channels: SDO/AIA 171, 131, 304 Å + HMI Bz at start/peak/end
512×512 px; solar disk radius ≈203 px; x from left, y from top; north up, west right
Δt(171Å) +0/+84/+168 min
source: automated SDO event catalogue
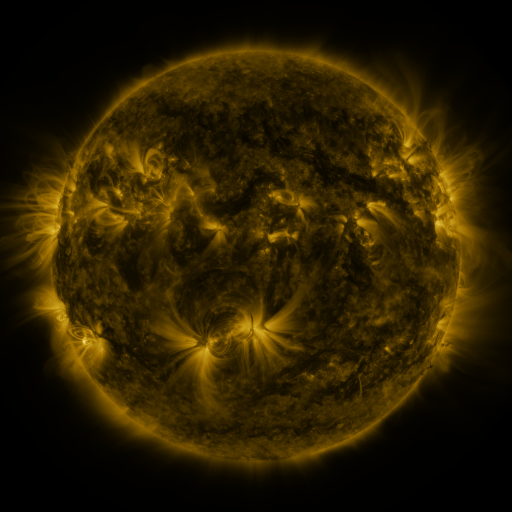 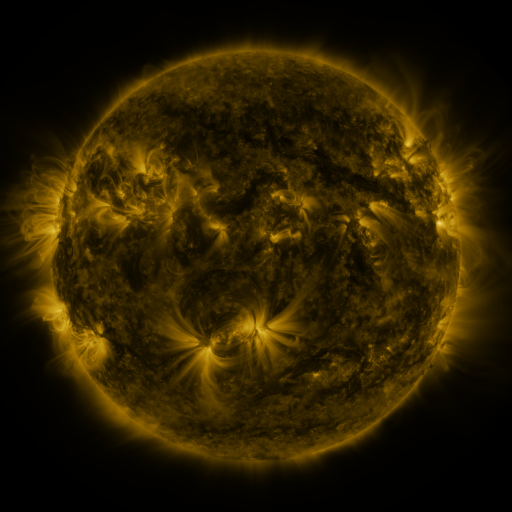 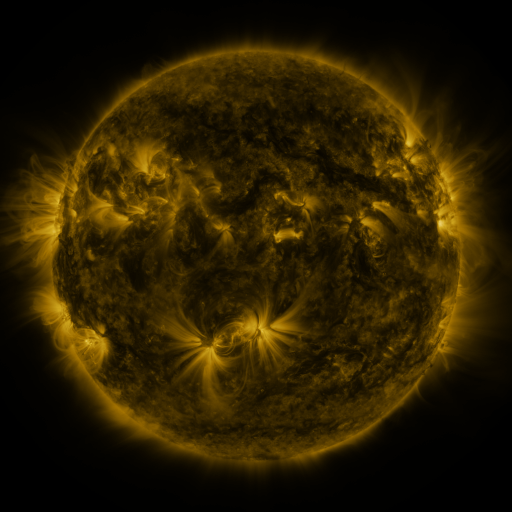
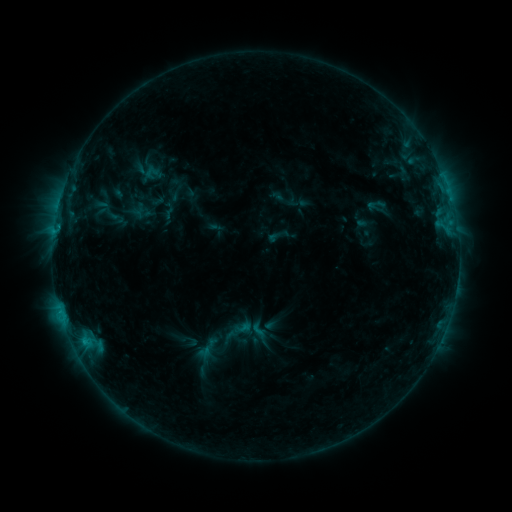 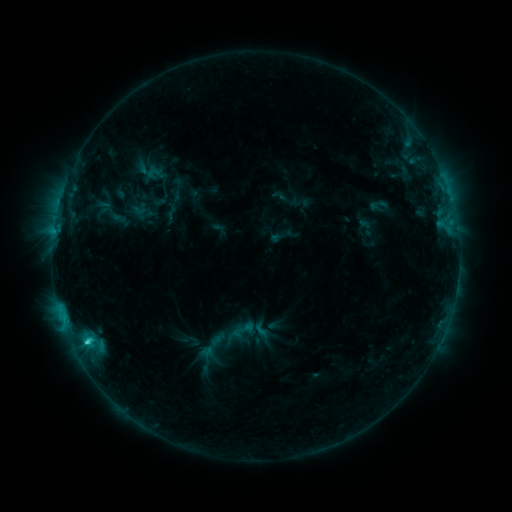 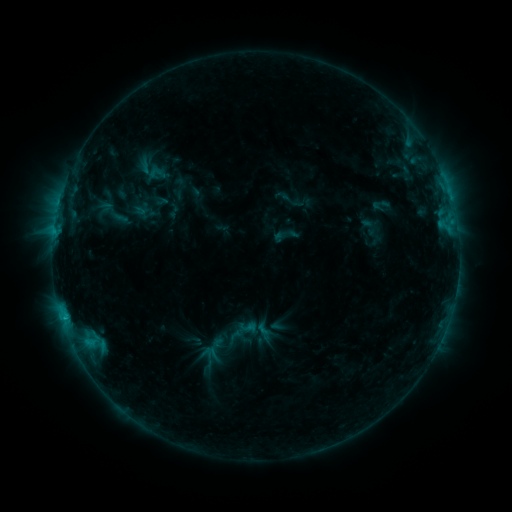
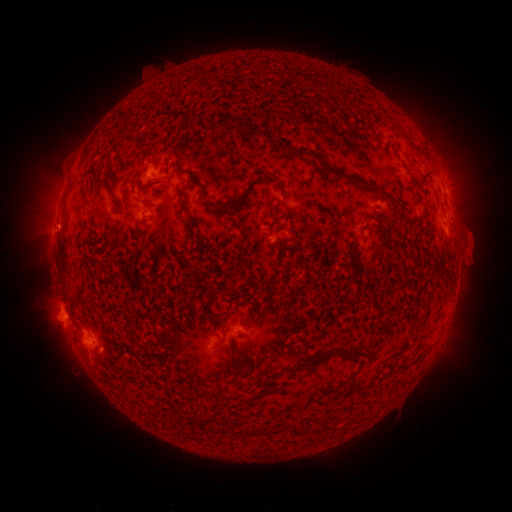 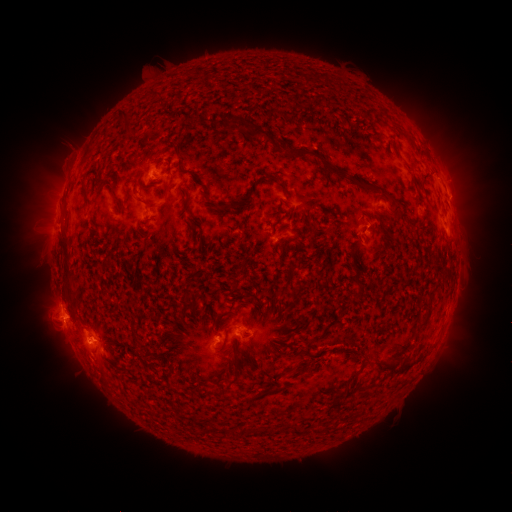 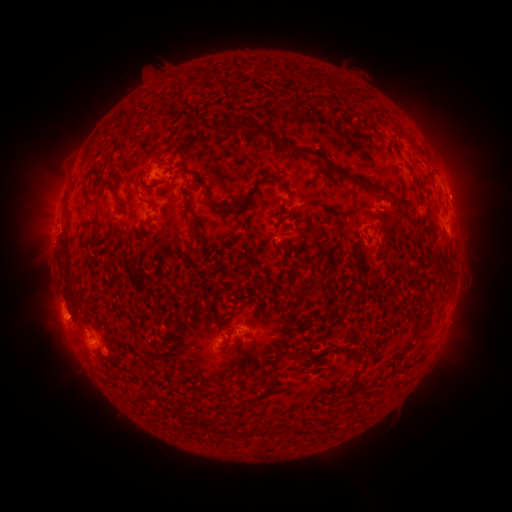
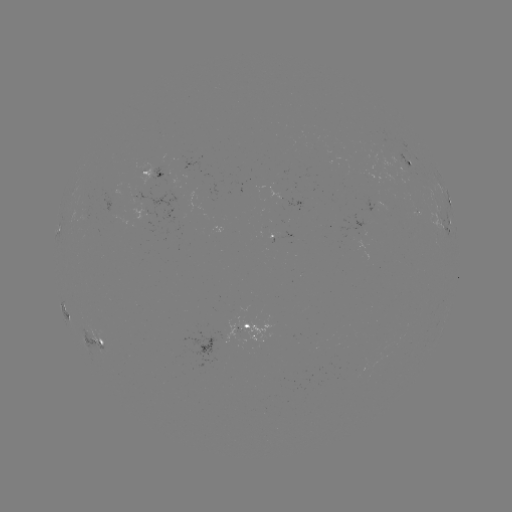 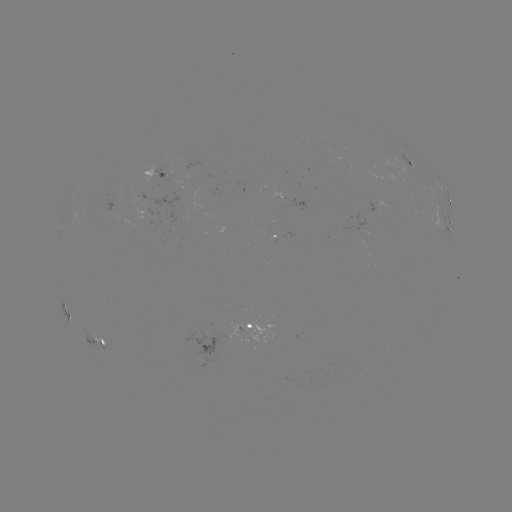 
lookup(filament eruption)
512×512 99,377